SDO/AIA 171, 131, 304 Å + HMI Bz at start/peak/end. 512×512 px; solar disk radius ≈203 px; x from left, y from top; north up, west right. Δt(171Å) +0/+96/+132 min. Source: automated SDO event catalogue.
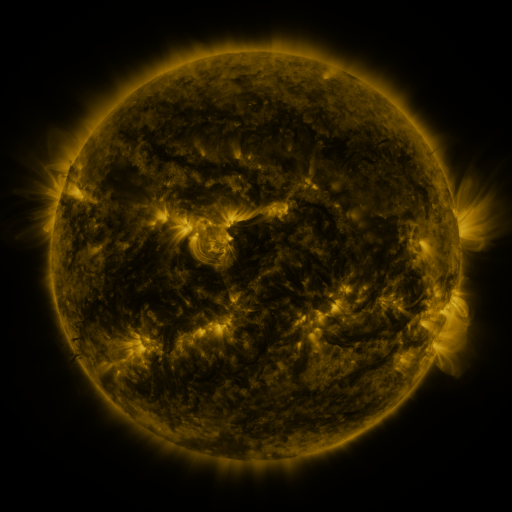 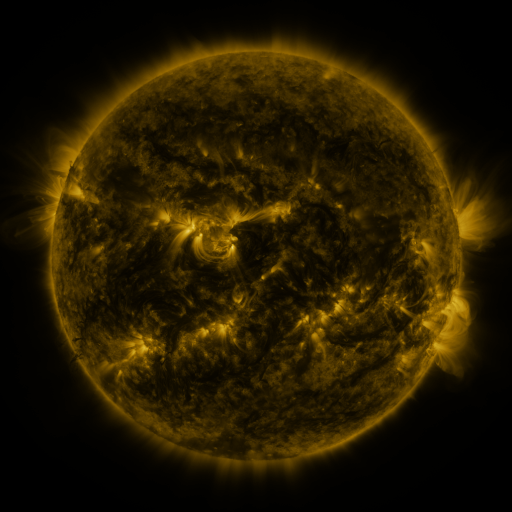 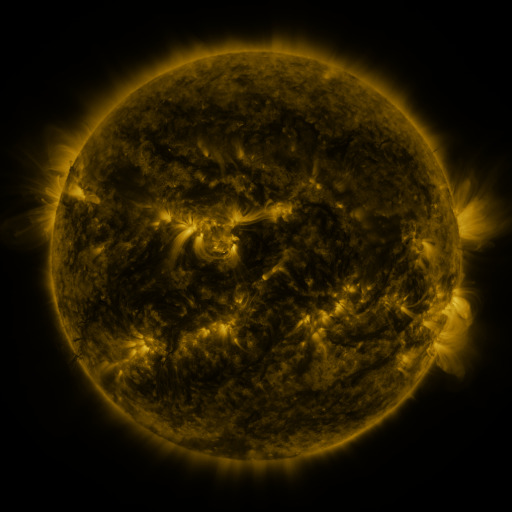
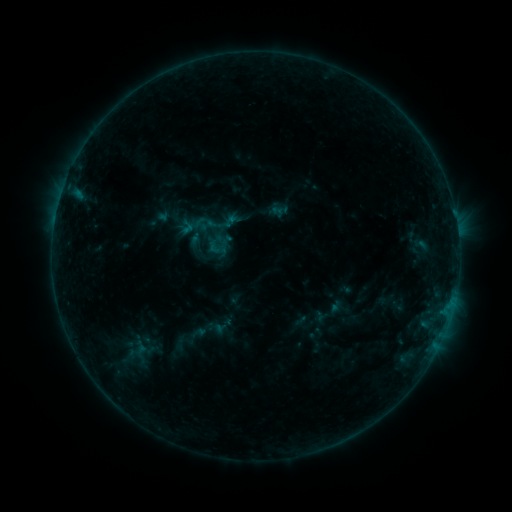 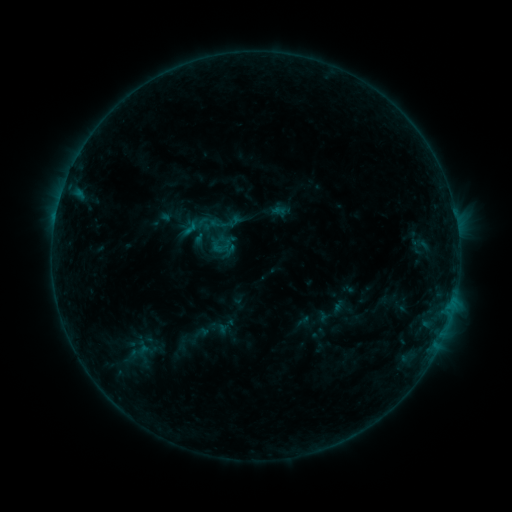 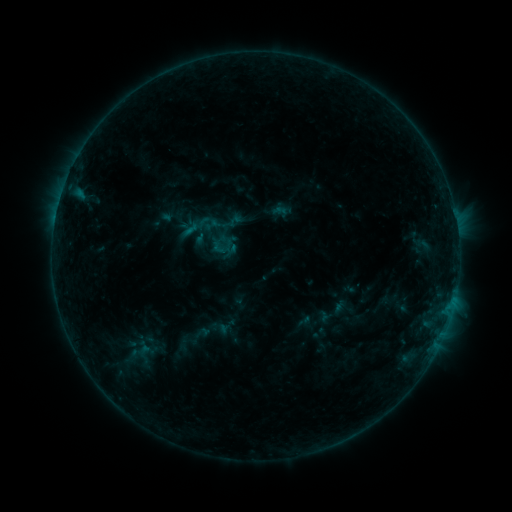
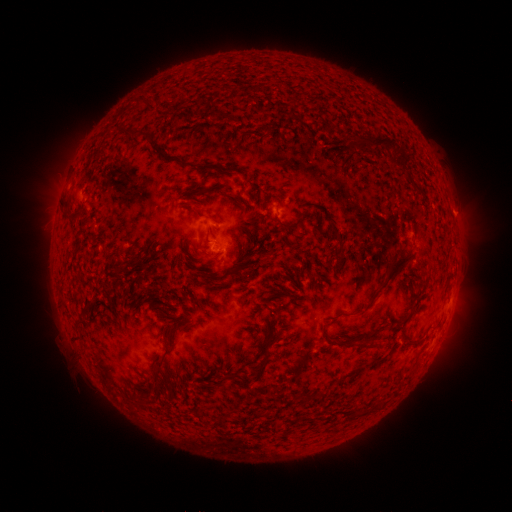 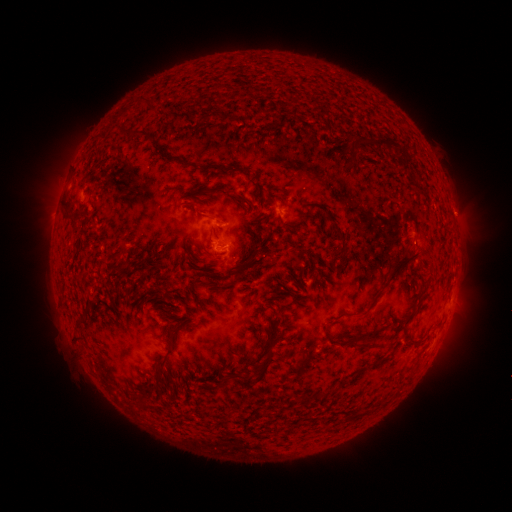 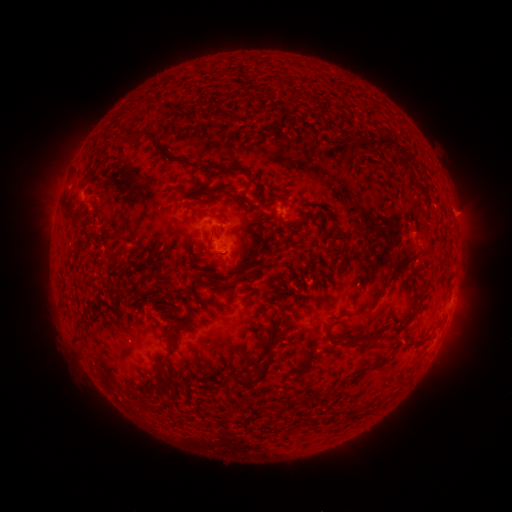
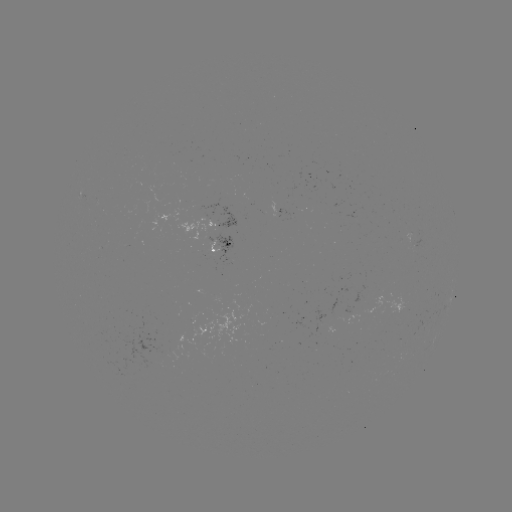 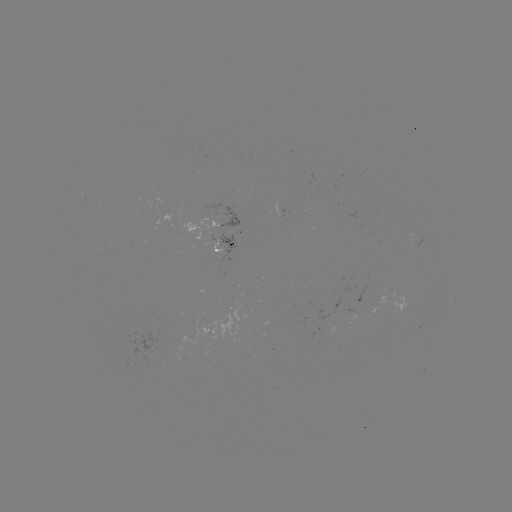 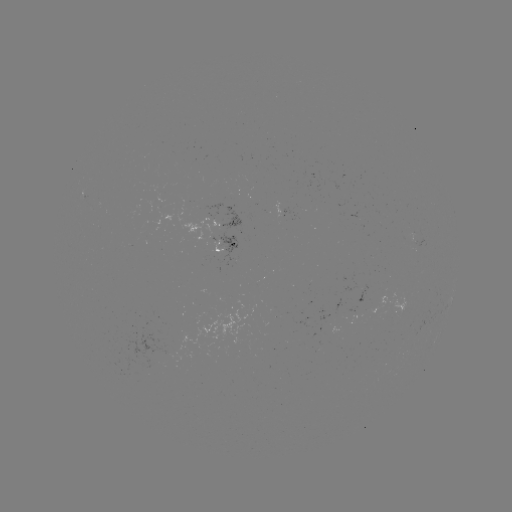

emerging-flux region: (297, 317, 309, 327)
